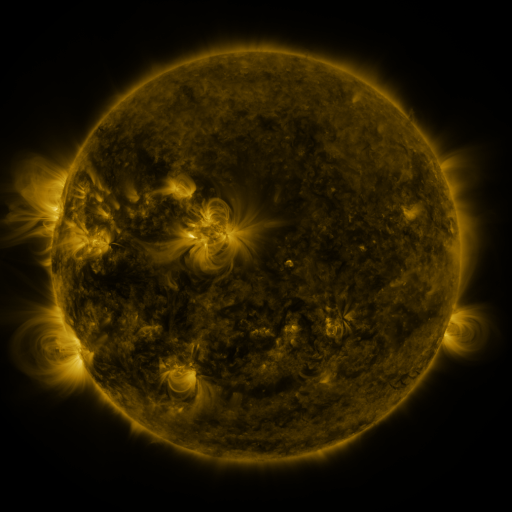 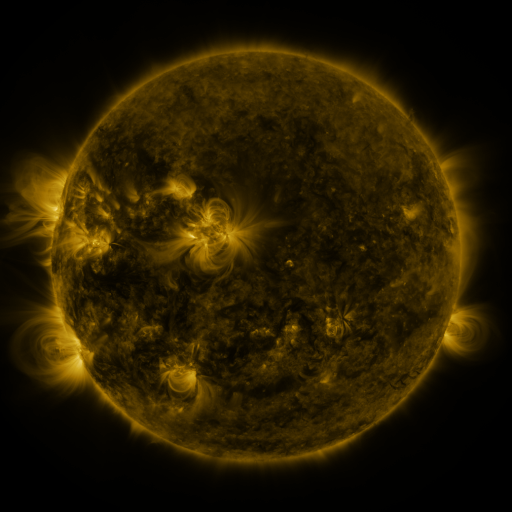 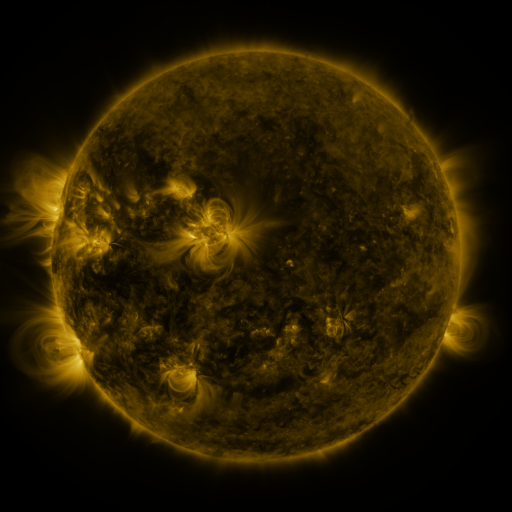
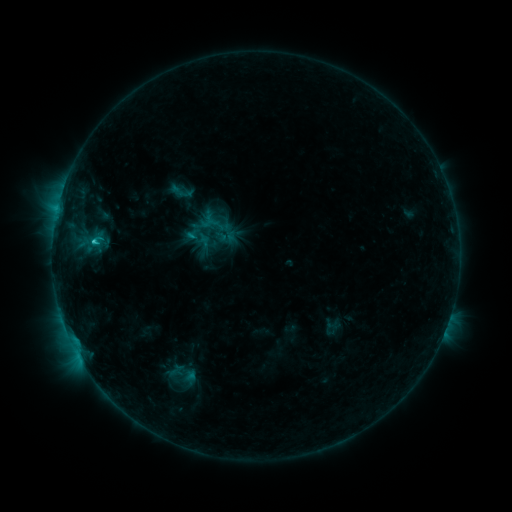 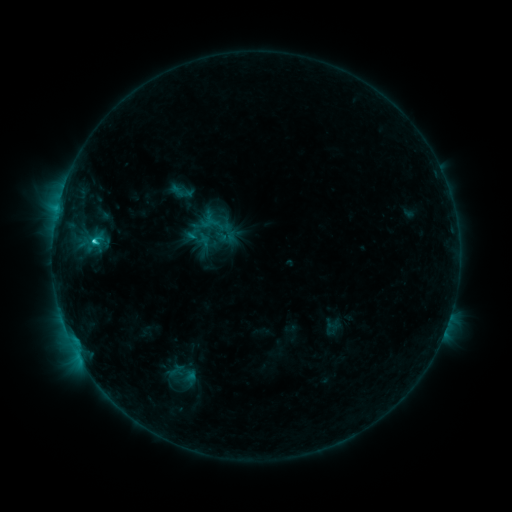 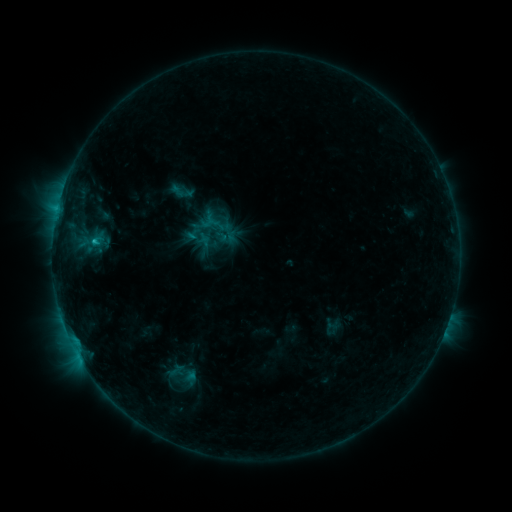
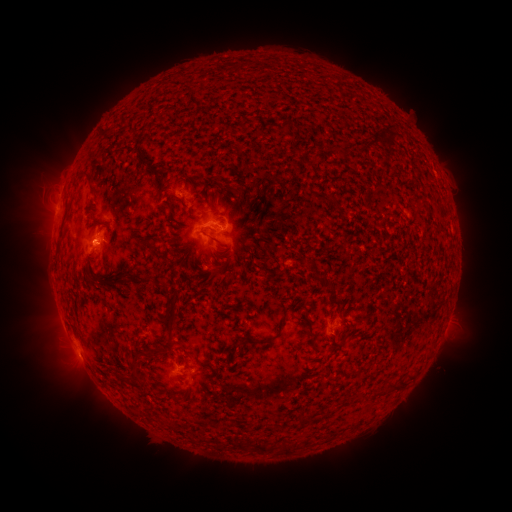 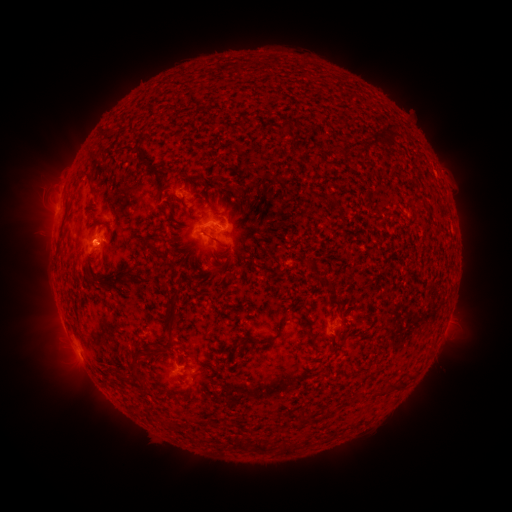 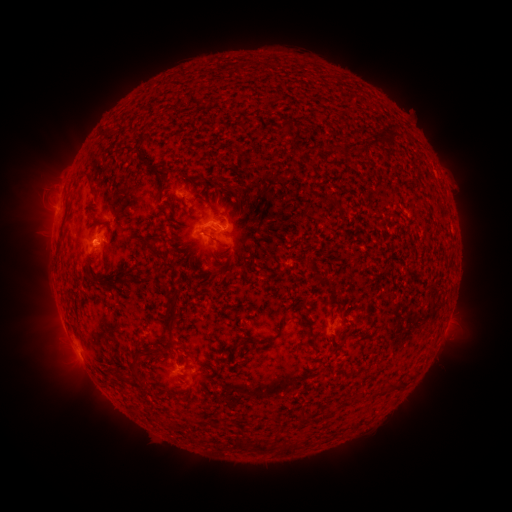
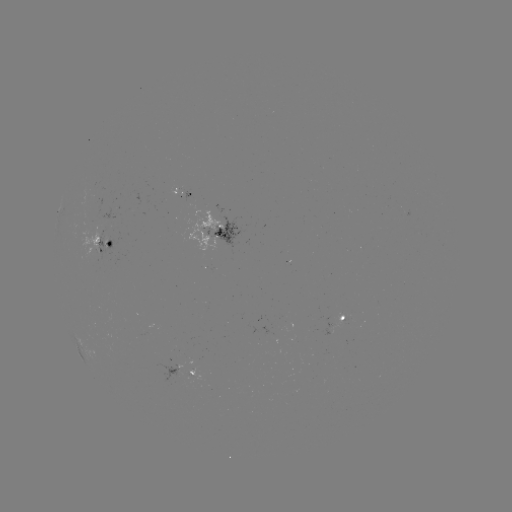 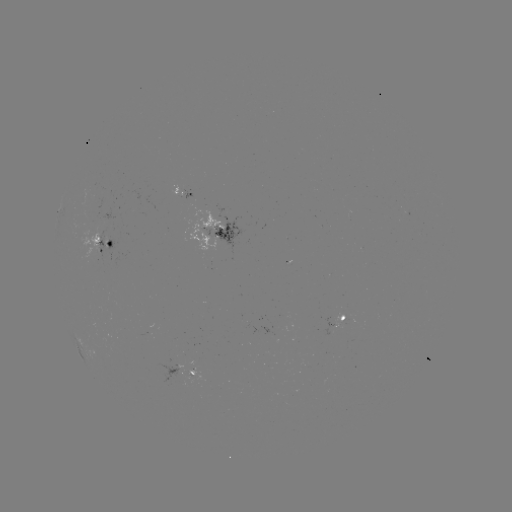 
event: flare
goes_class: C1.5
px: (94, 243)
